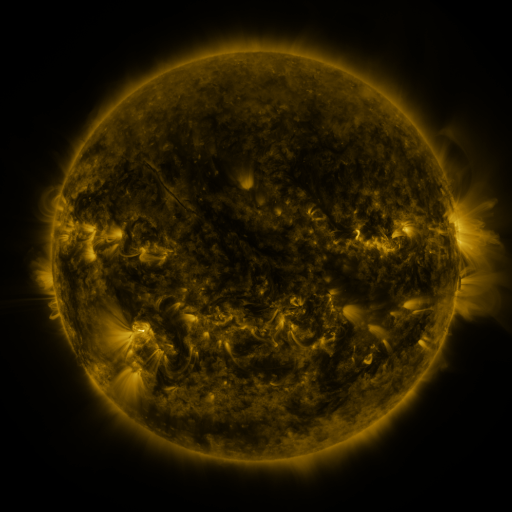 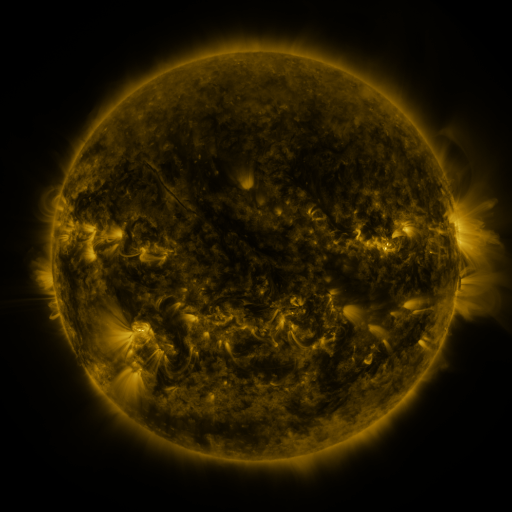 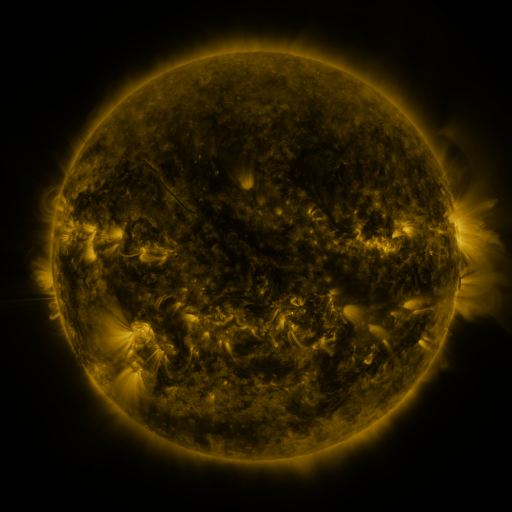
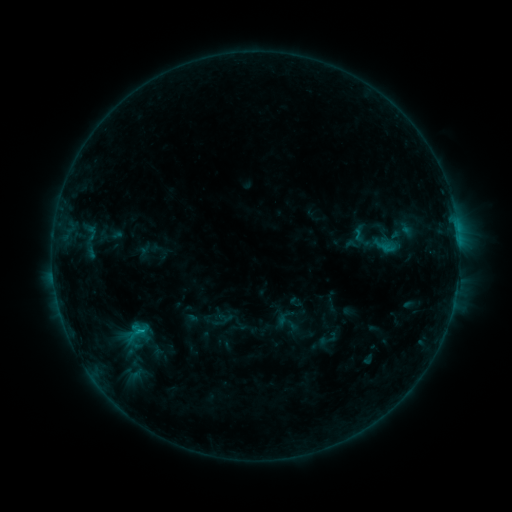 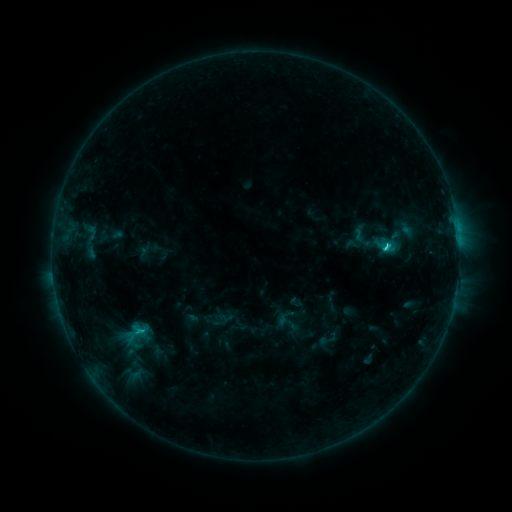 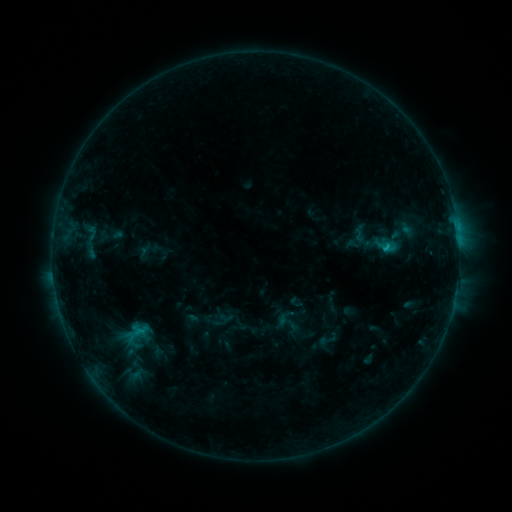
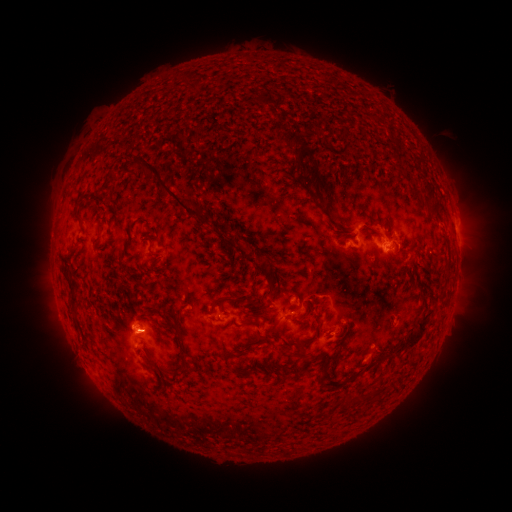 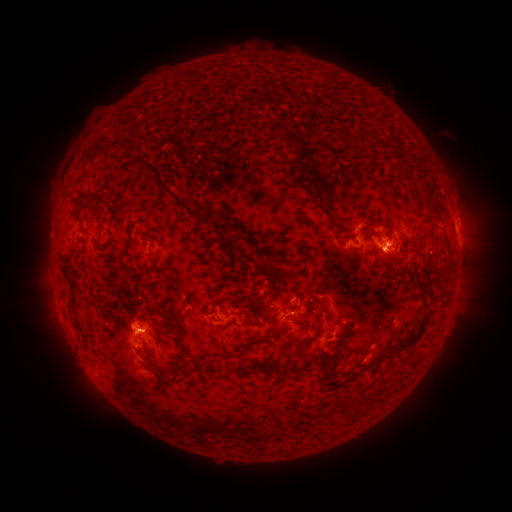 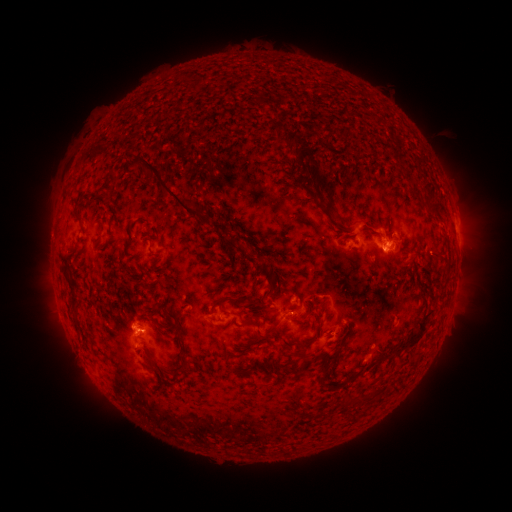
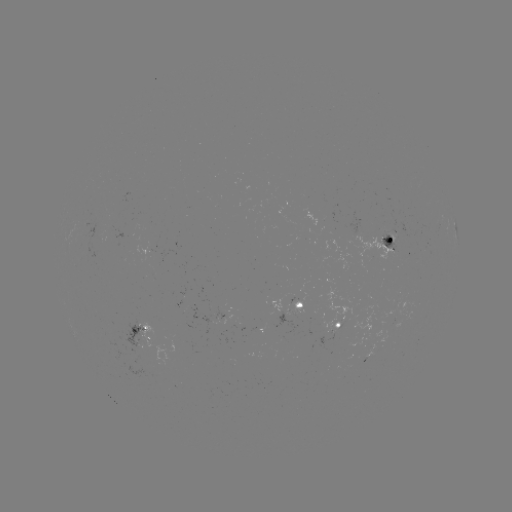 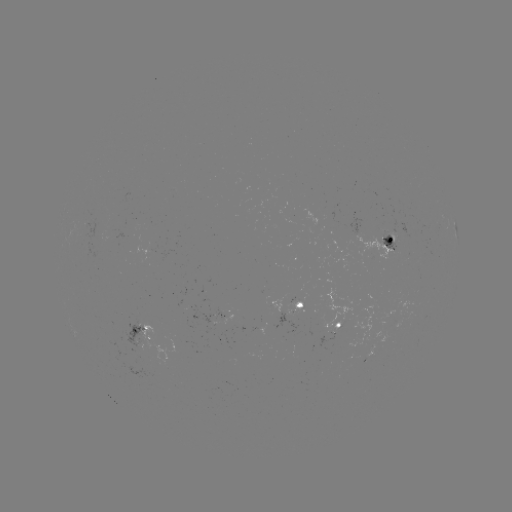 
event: flare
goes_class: C2.0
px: (386, 250)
